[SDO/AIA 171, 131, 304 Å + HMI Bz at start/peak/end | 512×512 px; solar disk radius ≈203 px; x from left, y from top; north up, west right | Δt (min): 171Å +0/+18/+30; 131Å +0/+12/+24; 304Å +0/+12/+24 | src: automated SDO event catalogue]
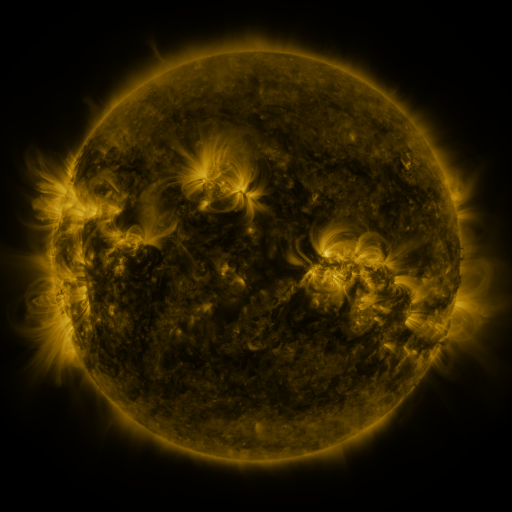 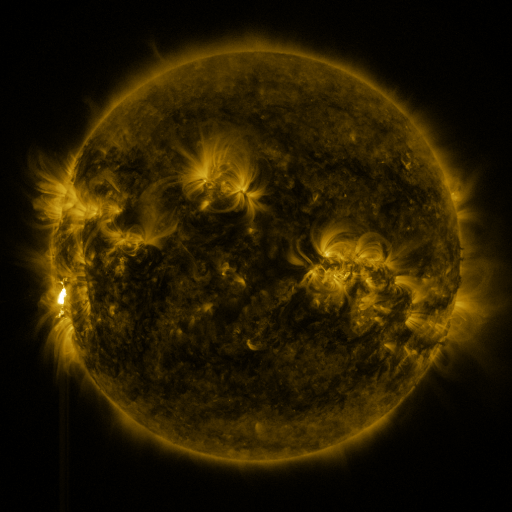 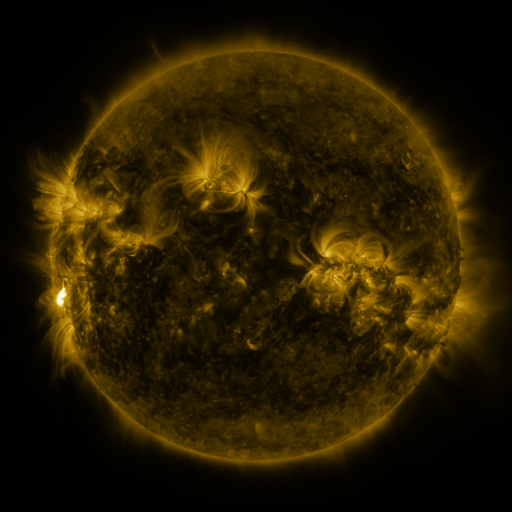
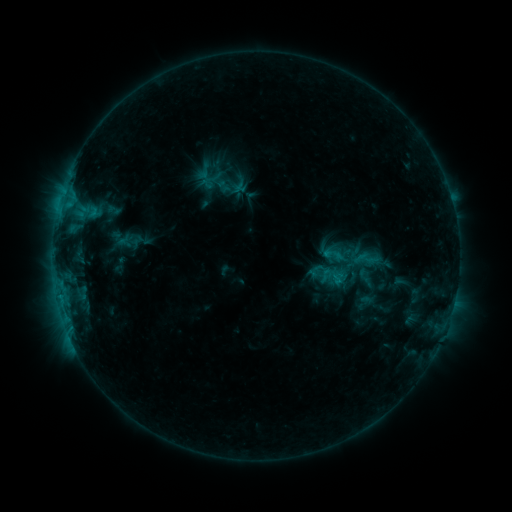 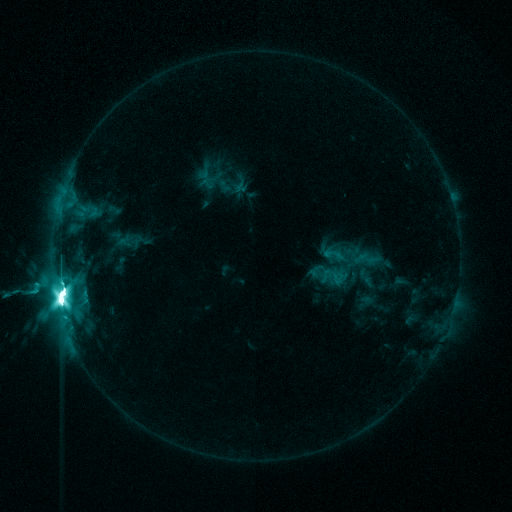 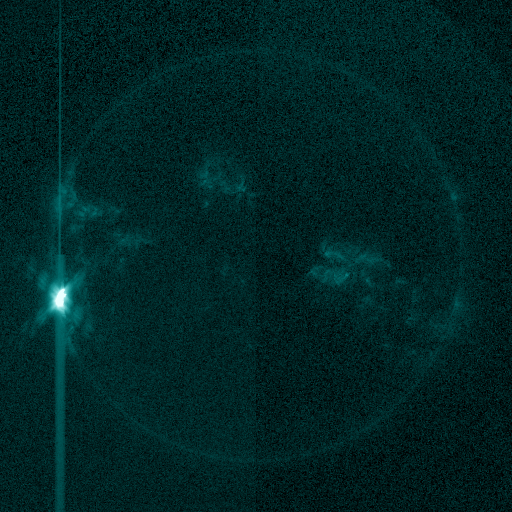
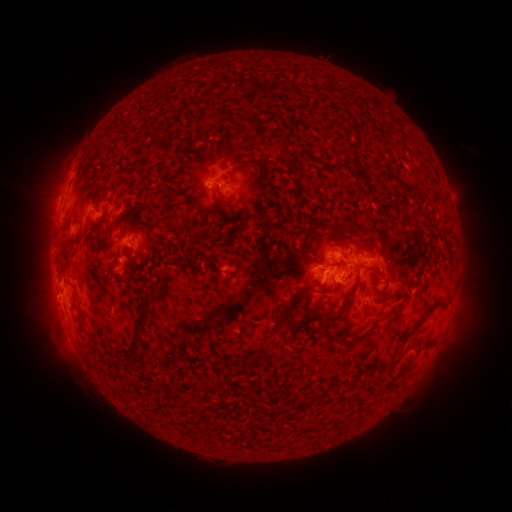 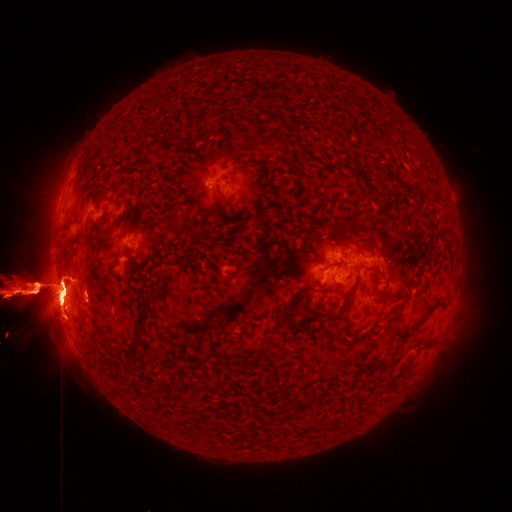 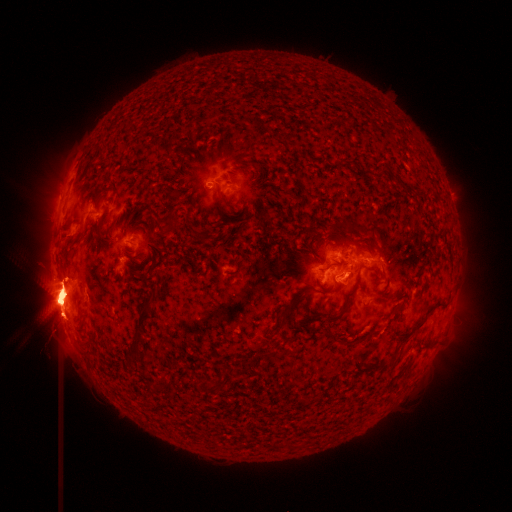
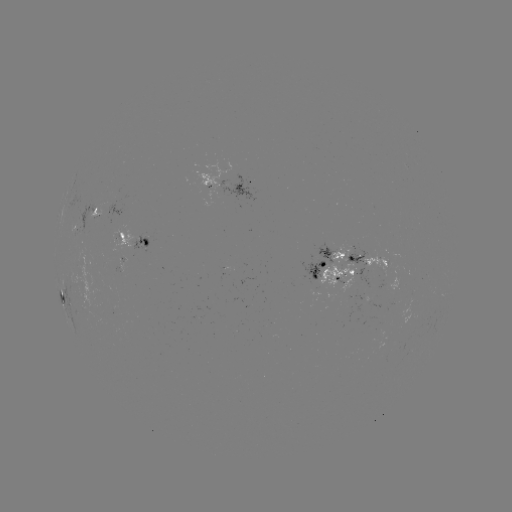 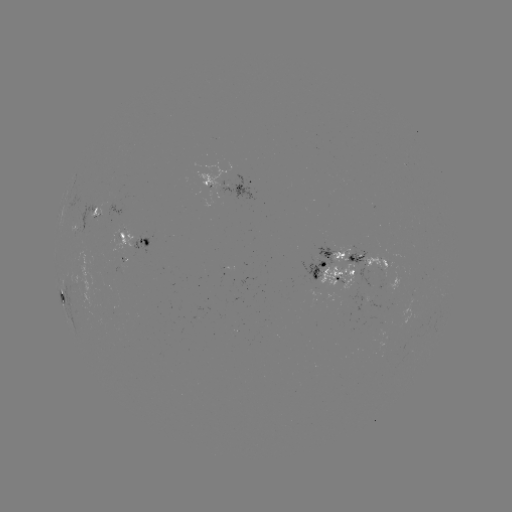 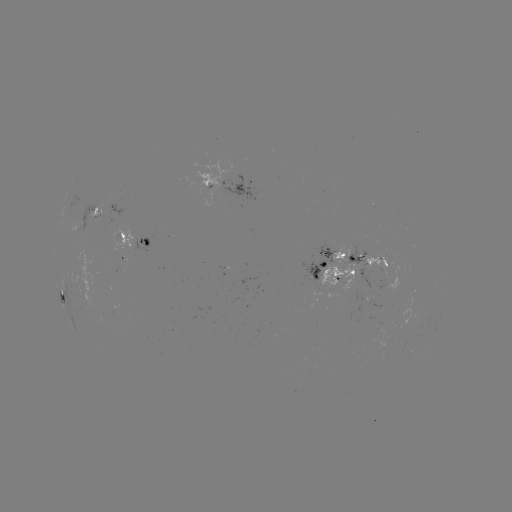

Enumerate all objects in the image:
X4.9 flare: (62, 292)
